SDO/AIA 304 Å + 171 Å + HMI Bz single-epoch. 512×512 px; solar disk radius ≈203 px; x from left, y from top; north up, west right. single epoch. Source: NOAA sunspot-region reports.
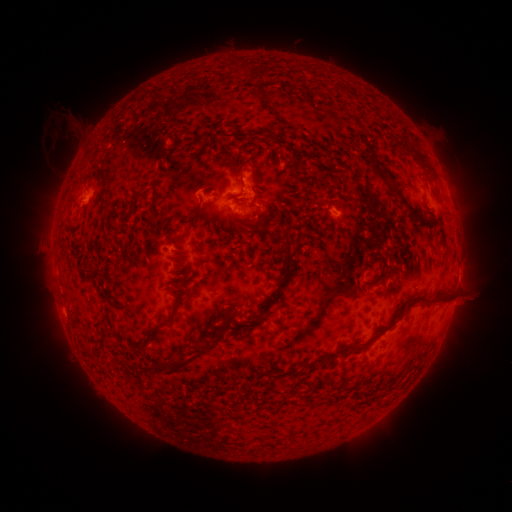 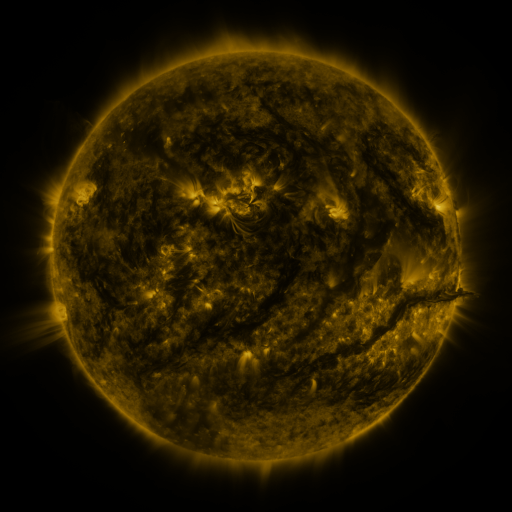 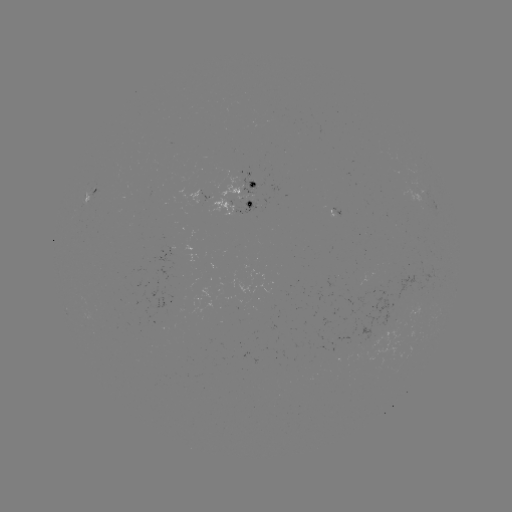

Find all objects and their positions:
spotted active region: (92, 194)
spotted active region: (241, 197)
spotted active region: (338, 212)
spotted active region: (455, 289)
